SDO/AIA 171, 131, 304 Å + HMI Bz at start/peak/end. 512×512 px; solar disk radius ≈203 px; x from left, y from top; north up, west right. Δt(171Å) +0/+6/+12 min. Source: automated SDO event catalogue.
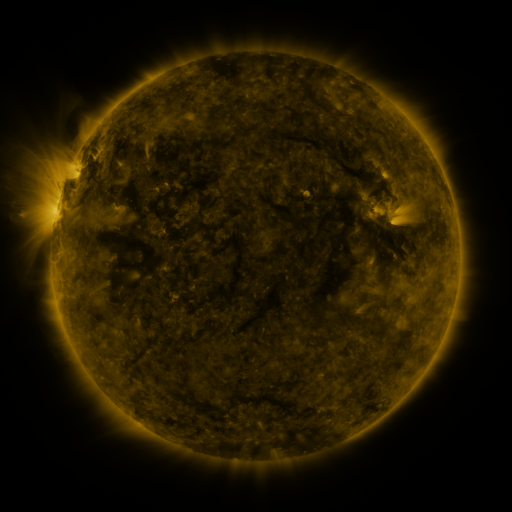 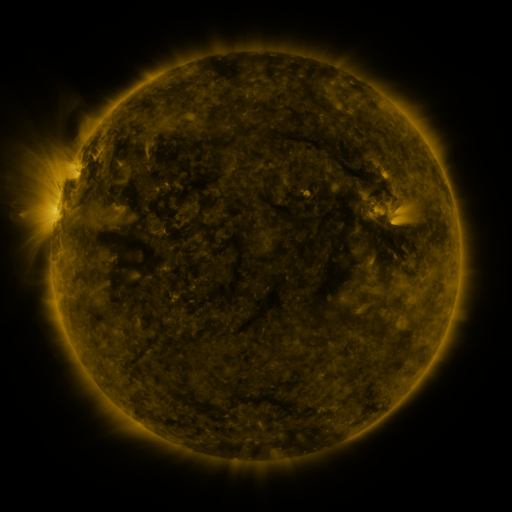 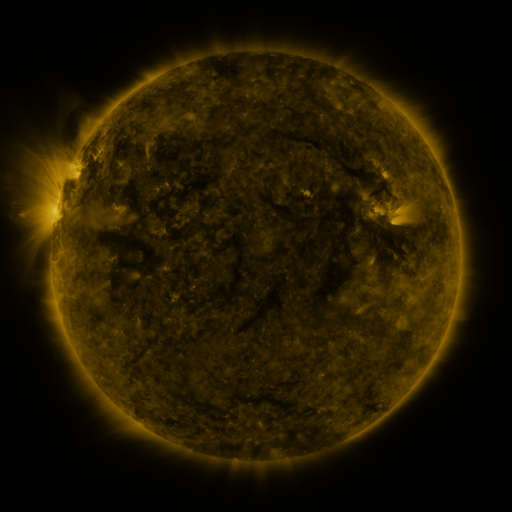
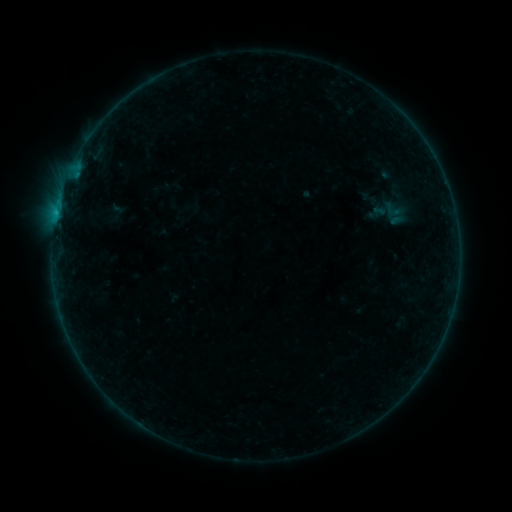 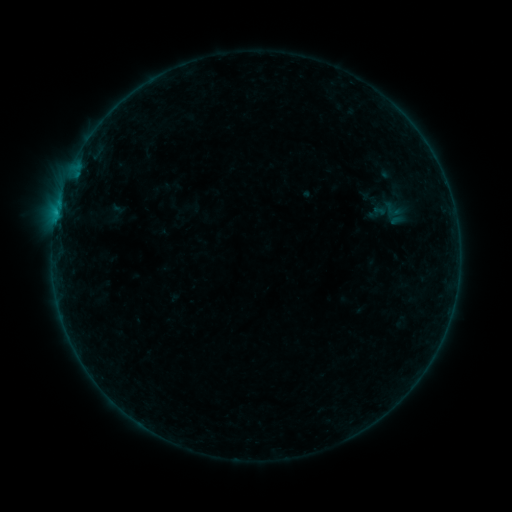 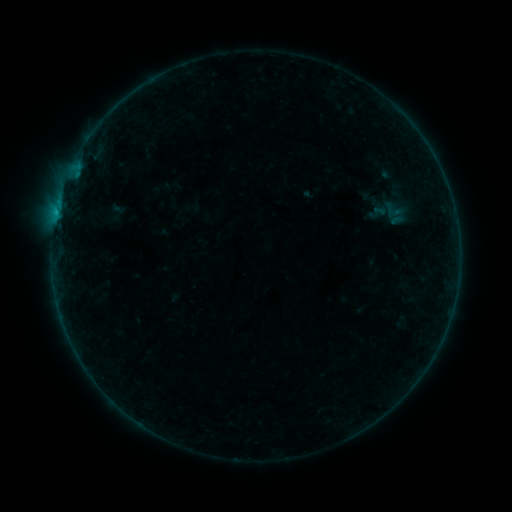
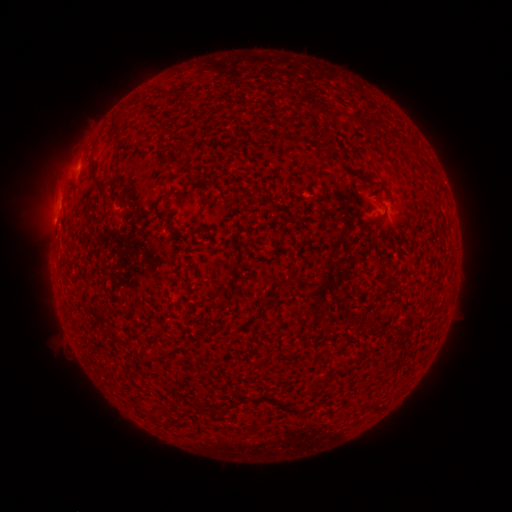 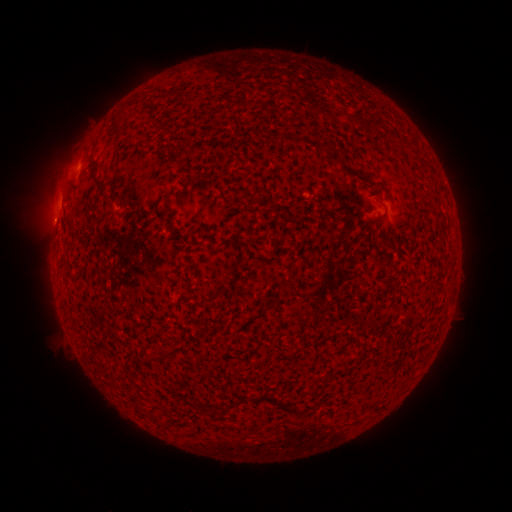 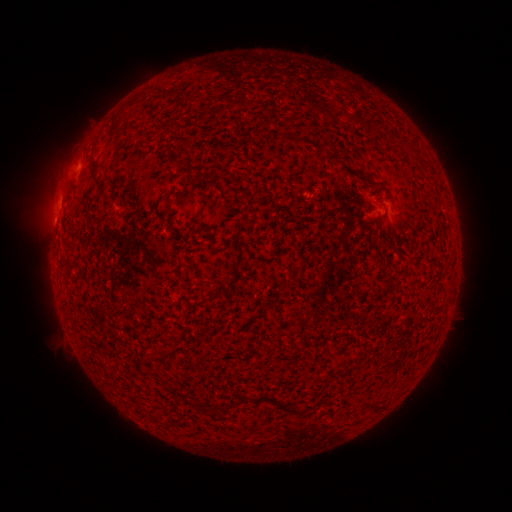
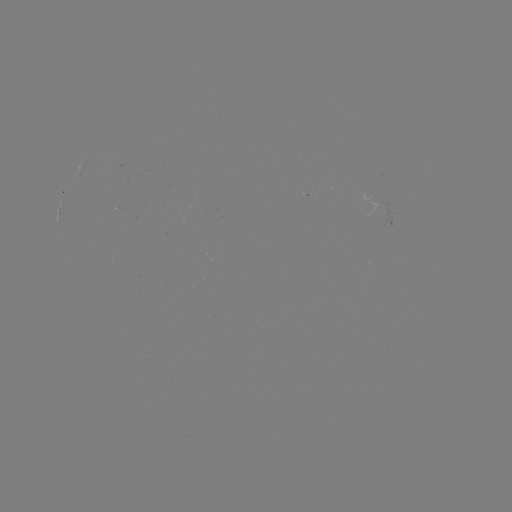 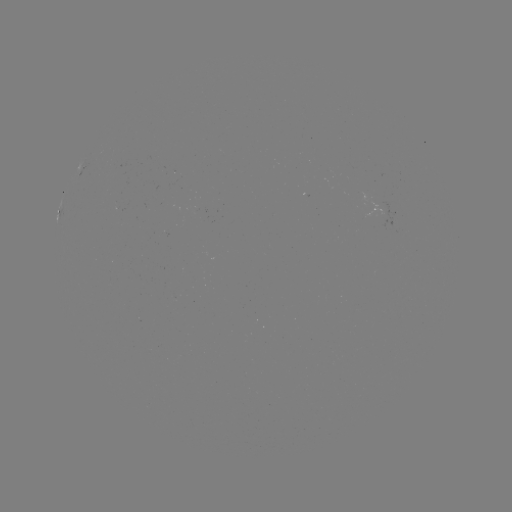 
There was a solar flare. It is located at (59, 205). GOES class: B1.7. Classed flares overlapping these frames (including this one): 1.